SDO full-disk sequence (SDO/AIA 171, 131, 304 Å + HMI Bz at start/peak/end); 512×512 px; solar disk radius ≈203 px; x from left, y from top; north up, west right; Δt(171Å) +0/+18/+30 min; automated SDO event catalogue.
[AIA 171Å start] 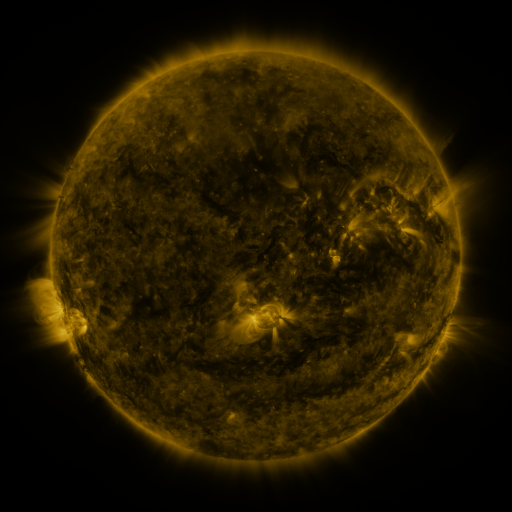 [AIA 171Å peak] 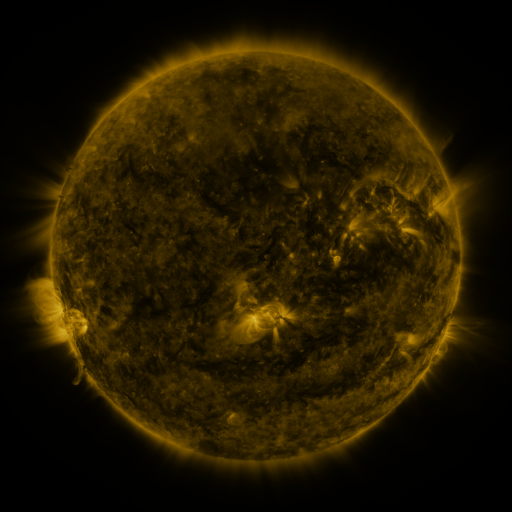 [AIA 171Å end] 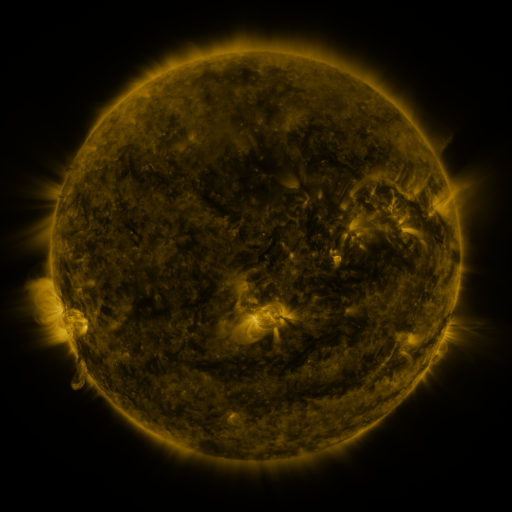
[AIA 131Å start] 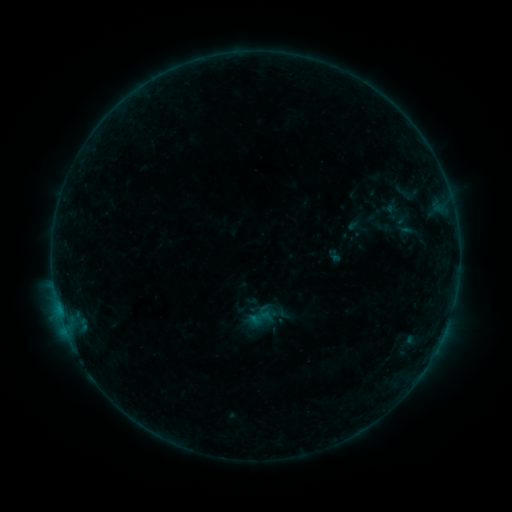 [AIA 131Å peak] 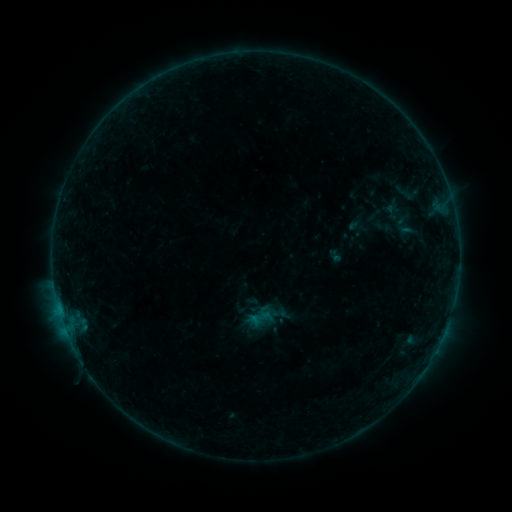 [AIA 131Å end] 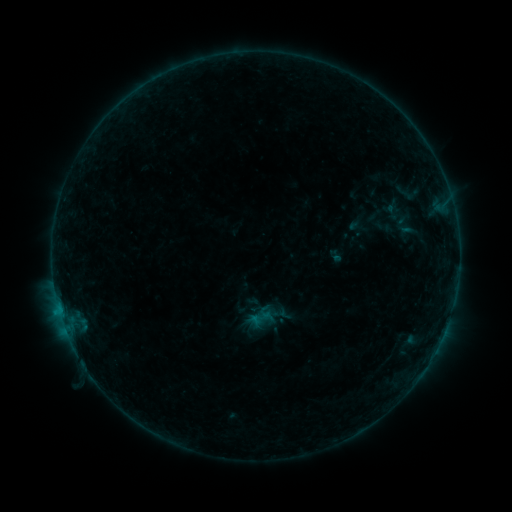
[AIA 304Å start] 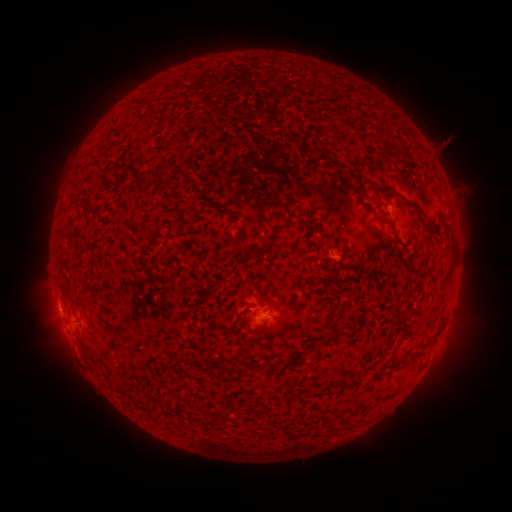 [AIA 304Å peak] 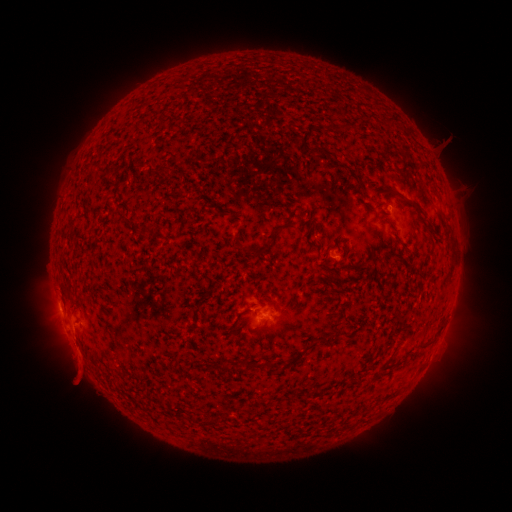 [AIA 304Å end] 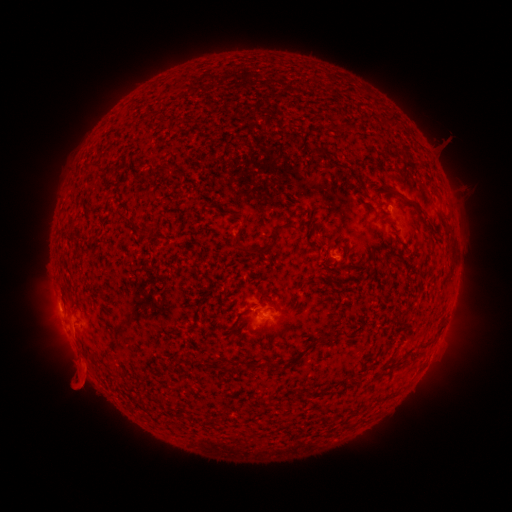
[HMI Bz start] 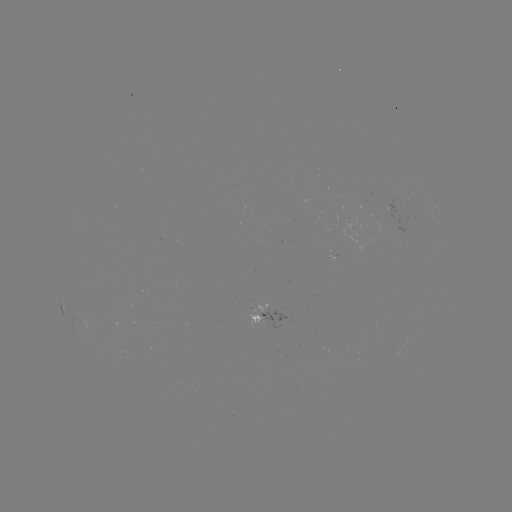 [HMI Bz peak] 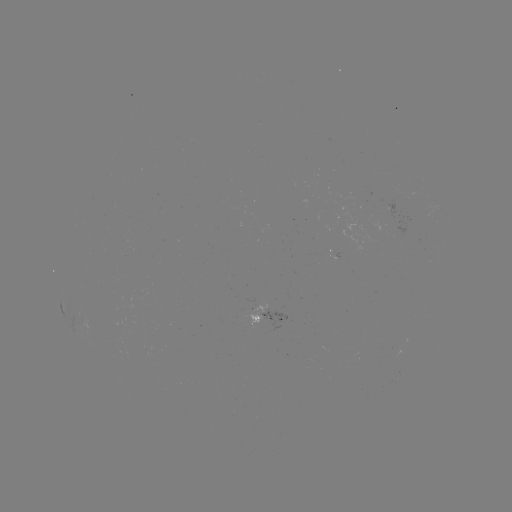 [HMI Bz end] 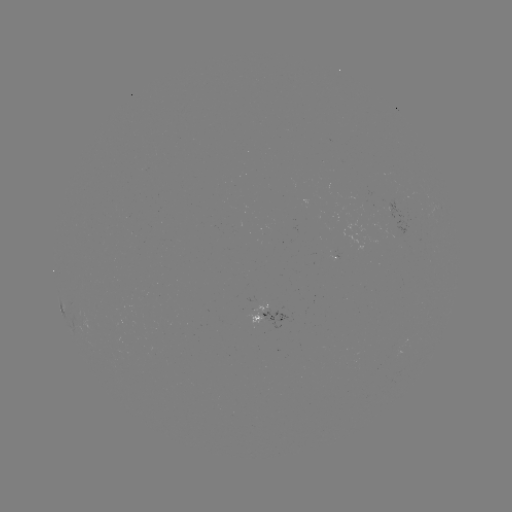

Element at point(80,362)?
eruption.